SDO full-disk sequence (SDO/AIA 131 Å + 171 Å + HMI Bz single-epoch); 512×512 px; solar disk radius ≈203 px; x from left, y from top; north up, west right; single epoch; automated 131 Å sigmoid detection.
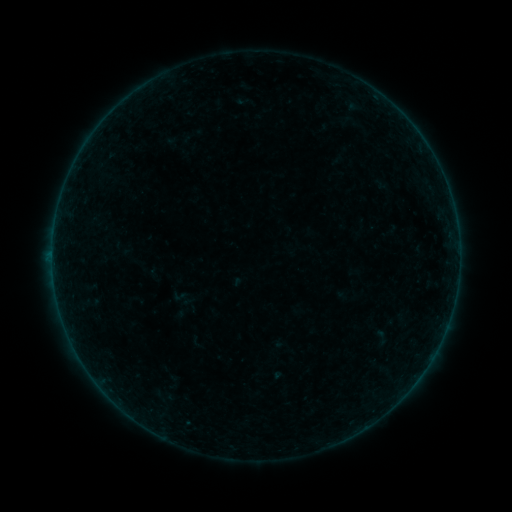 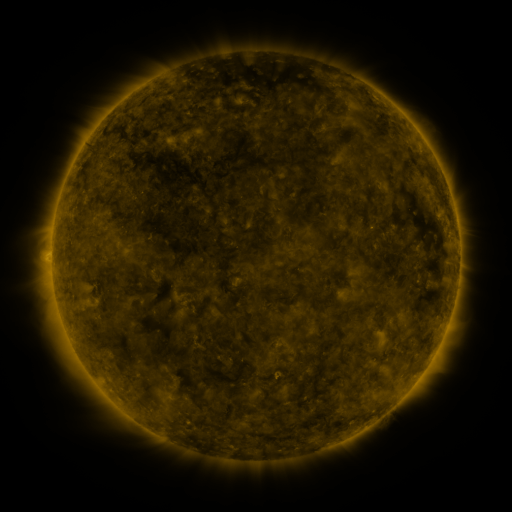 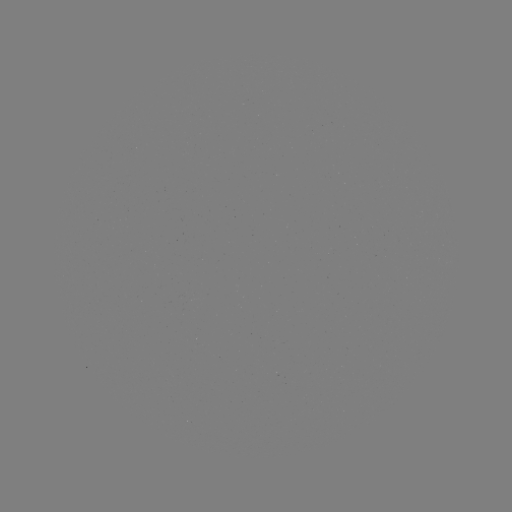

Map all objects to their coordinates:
sigmoid: (180, 296)
sigmoid: (381, 337)
